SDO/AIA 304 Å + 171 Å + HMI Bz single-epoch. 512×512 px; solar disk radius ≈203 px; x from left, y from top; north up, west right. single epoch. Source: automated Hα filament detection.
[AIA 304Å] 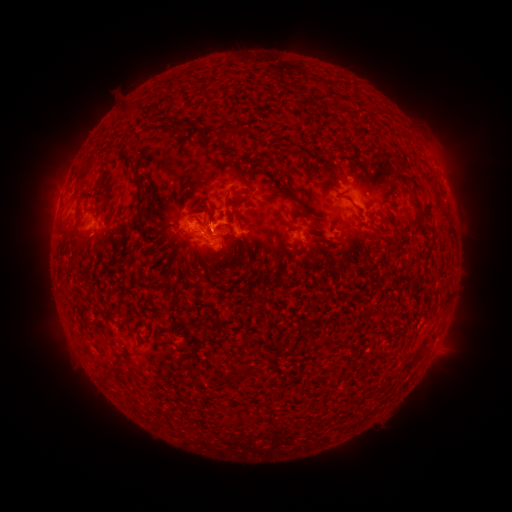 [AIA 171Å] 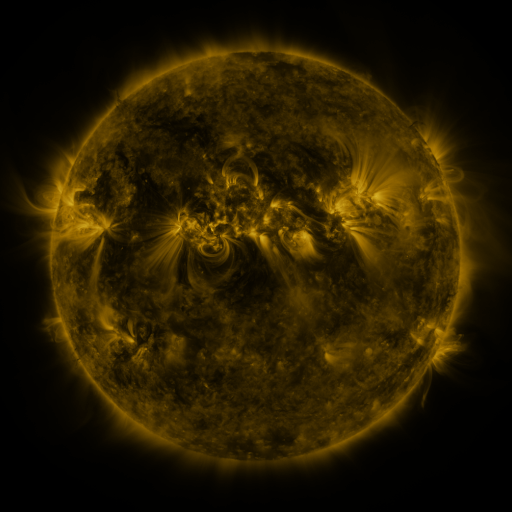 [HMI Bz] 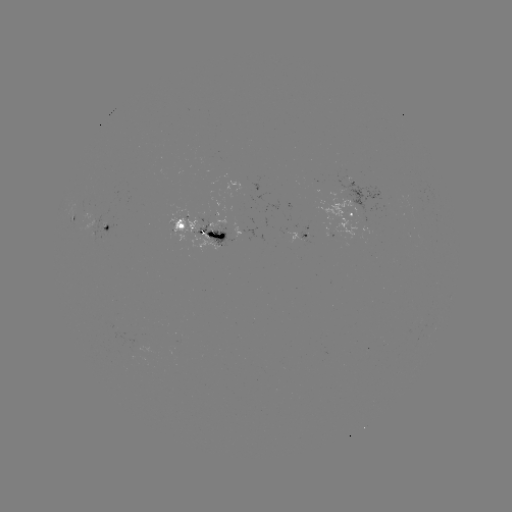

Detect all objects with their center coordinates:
filament: <bbox>186, 120, 200, 128</bbox>
filament: <bbox>196, 133, 209, 150</bbox>
filament: <bbox>125, 153, 135, 166</bbox>
filament: <bbox>235, 167, 243, 178</bbox>
filament: <bbox>319, 183, 338, 189</bbox>
filament: <bbox>411, 194, 421, 210</bbox>
filament: <bbox>293, 198, 303, 206</bbox>
filament: <bbox>188, 205, 214, 225</bbox>
filament: <bbox>135, 210, 144, 227</bbox>
filament: <bbox>171, 219, 183, 231</bbox>
filament: <bbox>399, 360, 412, 372</bbox>
filament: <bbox>233, 365, 243, 374</bbox>
filament: <bbox>218, 372, 231, 382</bbox>
filament: <bbox>193, 376, 204, 390</bbox>
